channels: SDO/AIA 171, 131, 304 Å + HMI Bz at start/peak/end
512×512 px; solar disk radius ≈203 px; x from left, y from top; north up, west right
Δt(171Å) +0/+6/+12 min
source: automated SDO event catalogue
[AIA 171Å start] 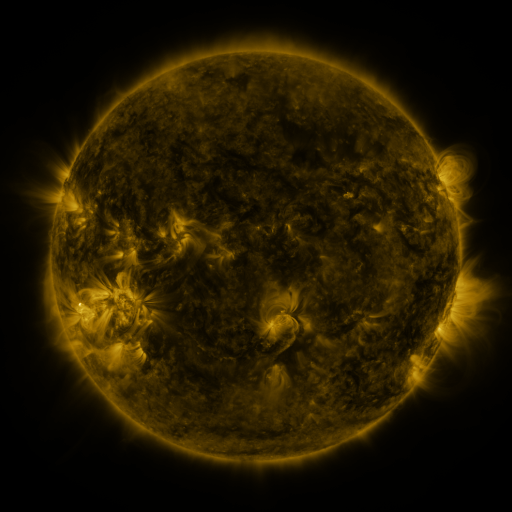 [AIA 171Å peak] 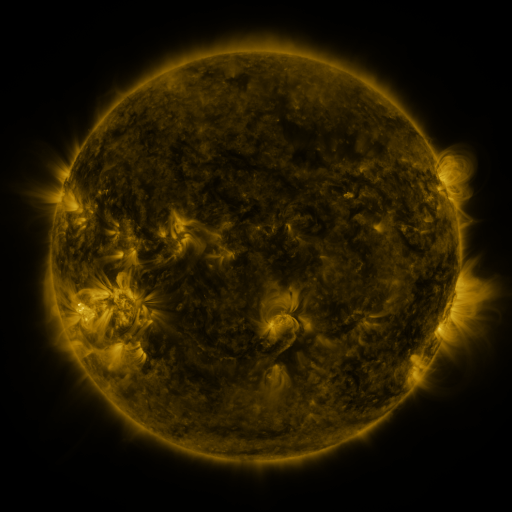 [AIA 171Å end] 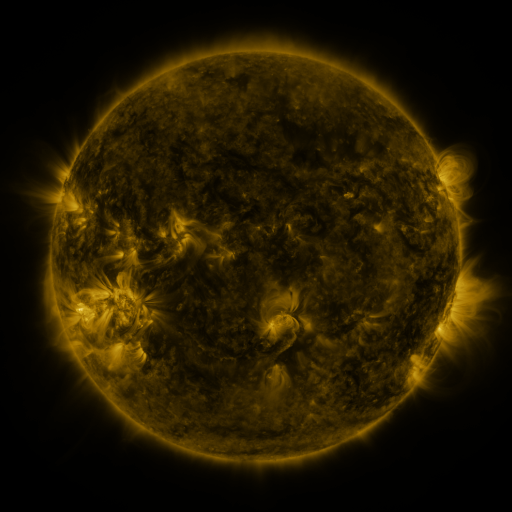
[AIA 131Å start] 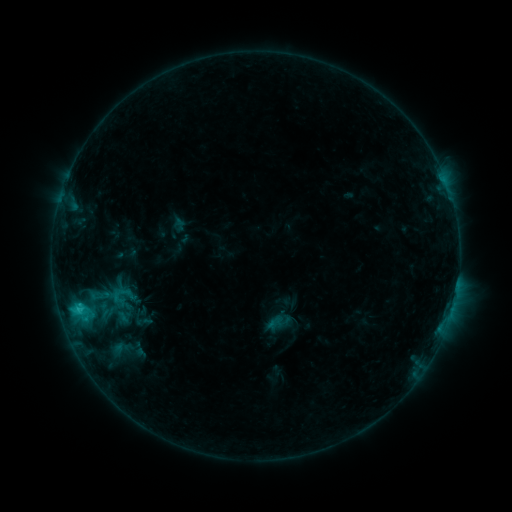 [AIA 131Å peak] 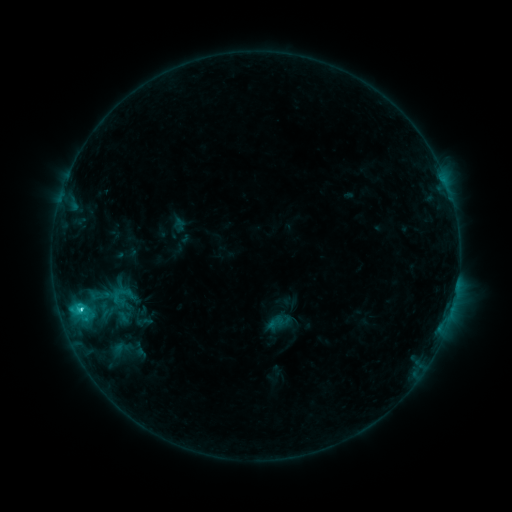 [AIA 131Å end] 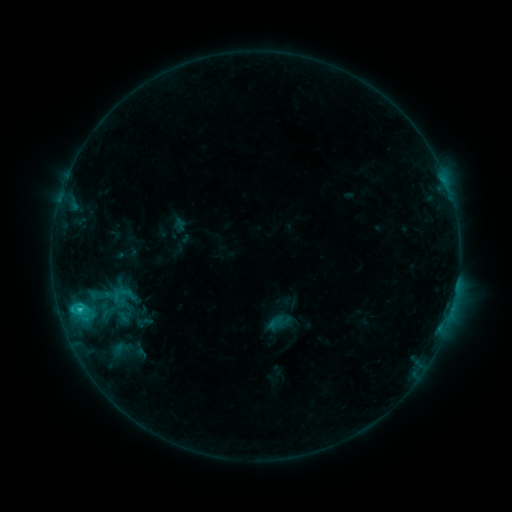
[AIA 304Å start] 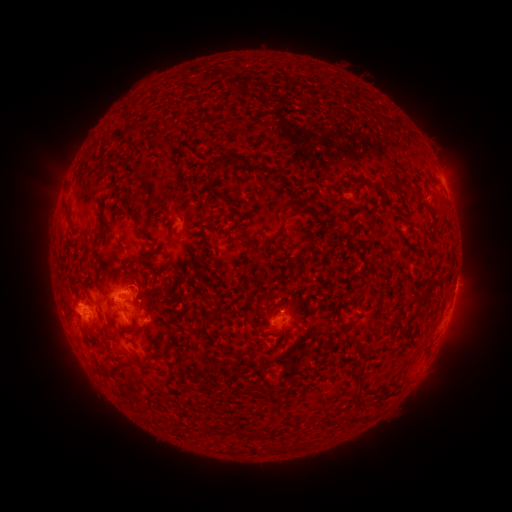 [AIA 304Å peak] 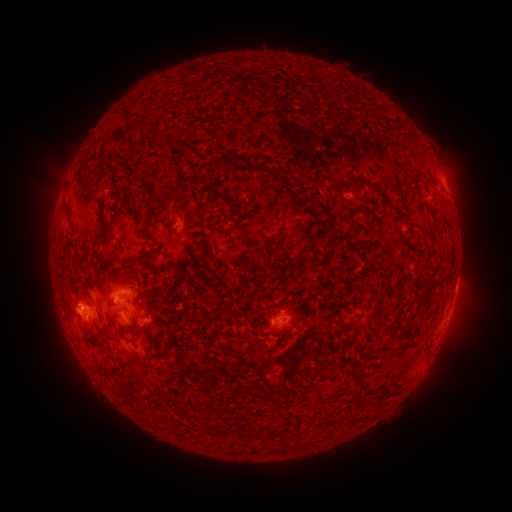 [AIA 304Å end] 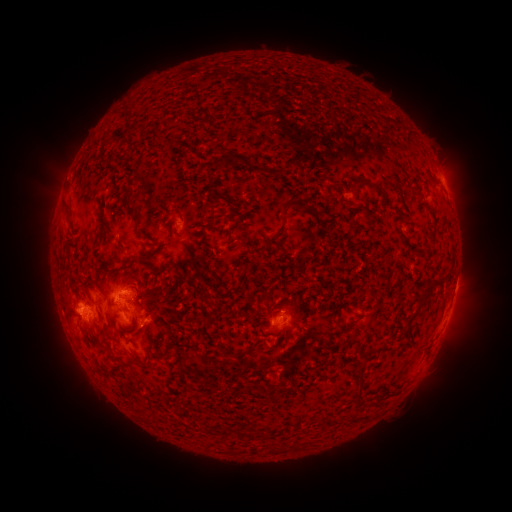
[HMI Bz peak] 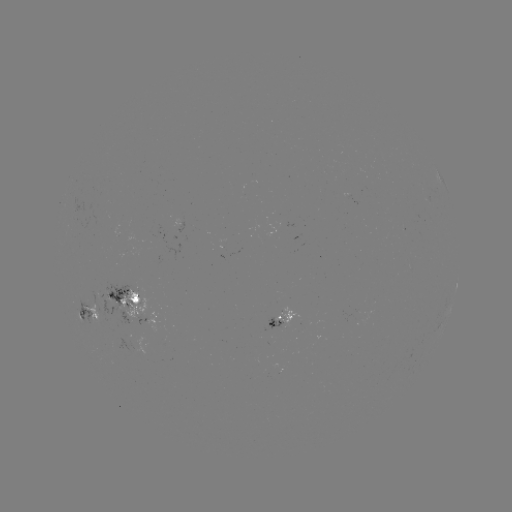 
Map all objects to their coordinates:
C2.7 flare: (80, 307)
